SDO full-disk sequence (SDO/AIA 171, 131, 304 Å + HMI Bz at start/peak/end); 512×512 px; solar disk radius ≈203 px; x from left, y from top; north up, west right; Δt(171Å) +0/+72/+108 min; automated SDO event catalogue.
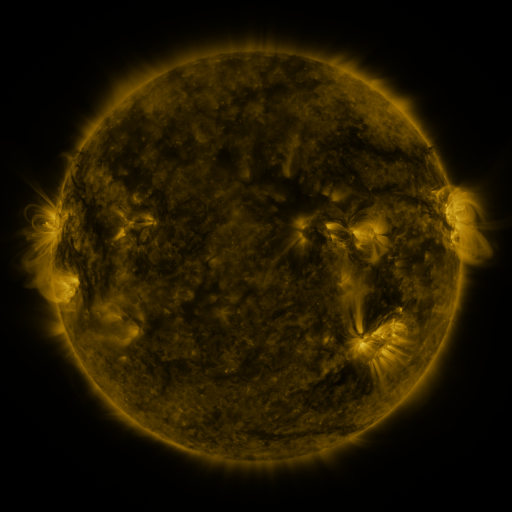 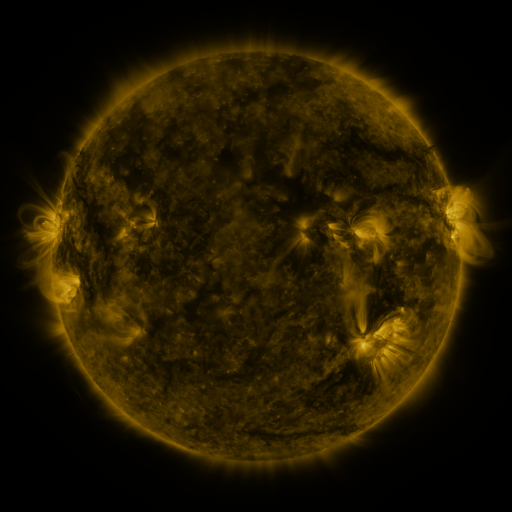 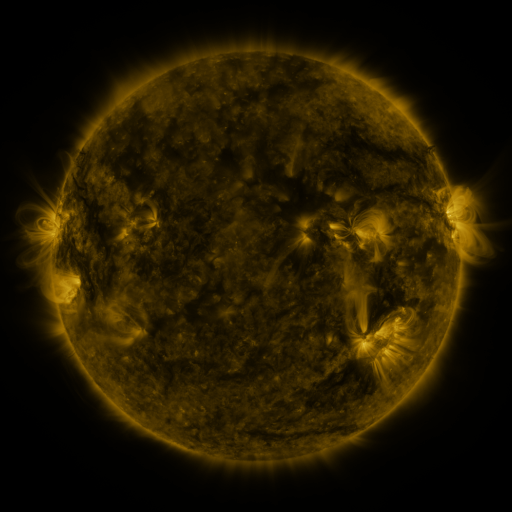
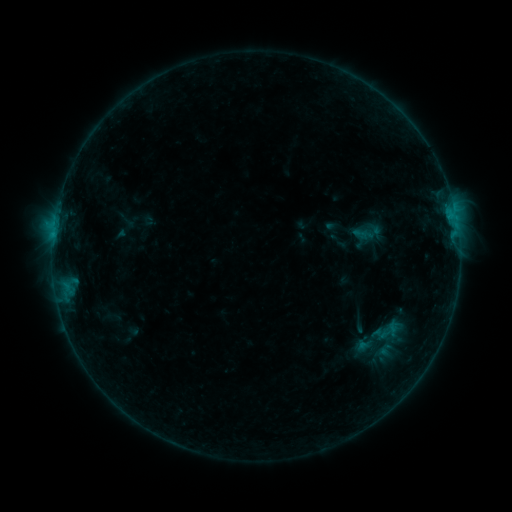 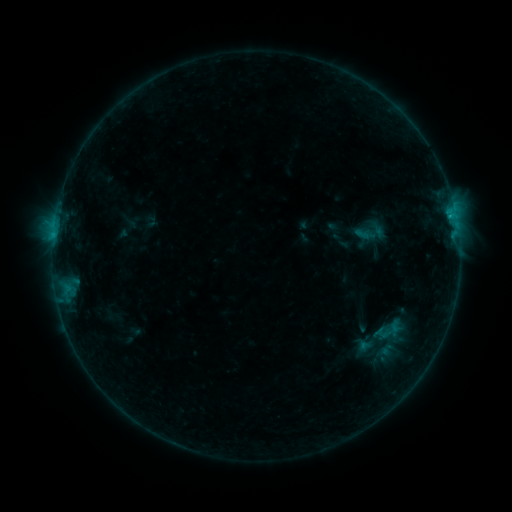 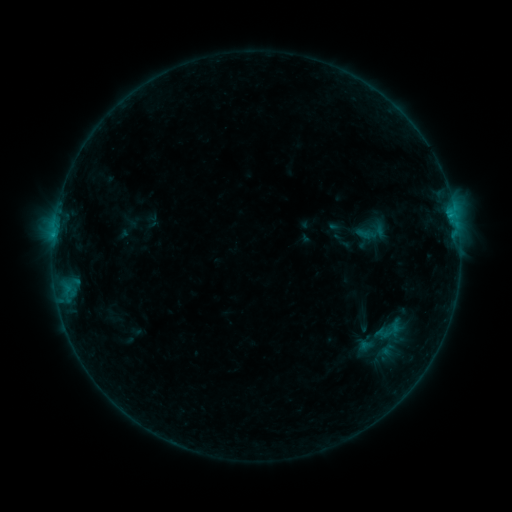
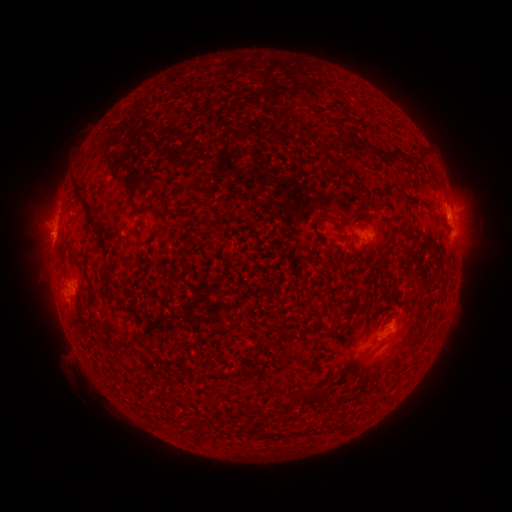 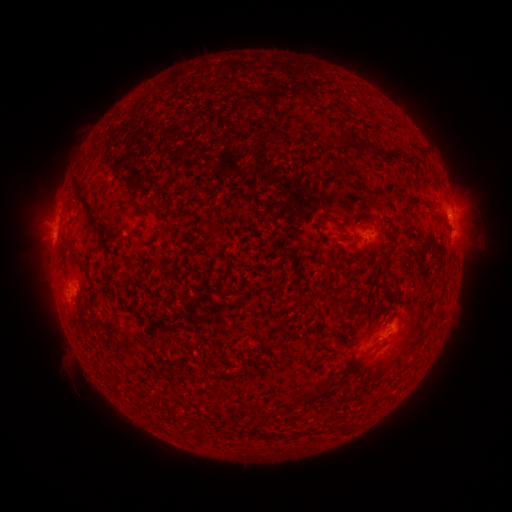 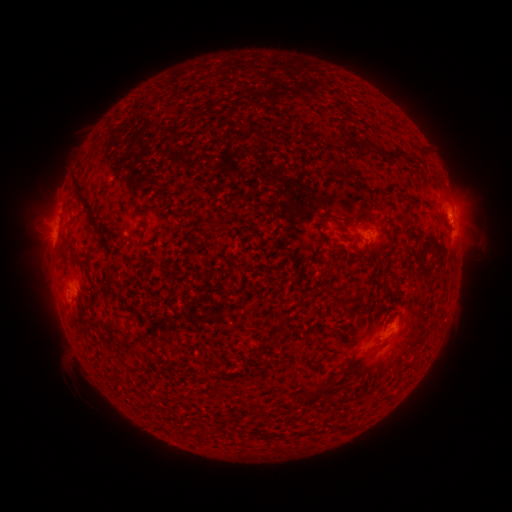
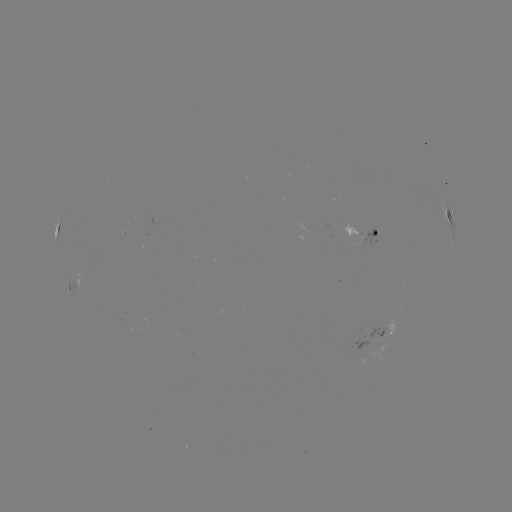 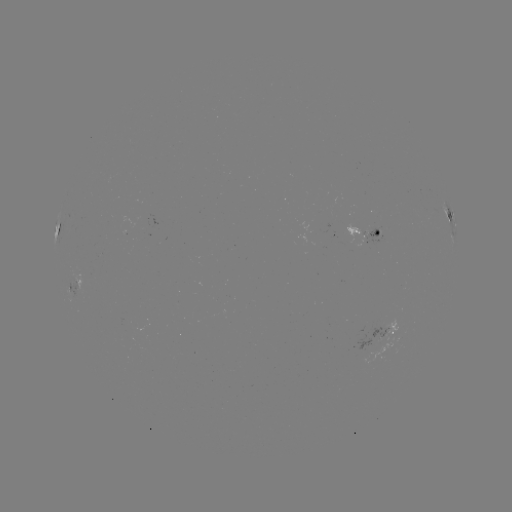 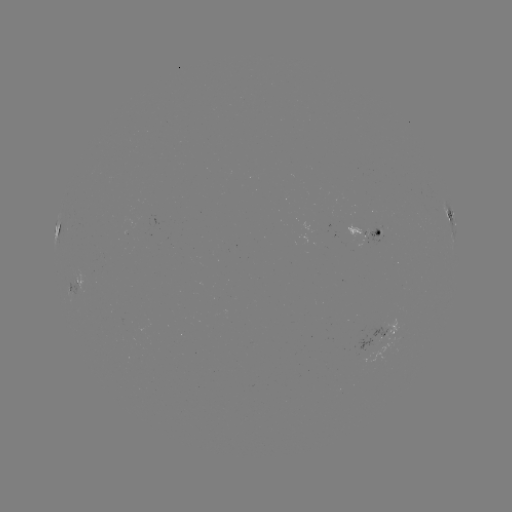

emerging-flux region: [337, 226, 366, 248]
